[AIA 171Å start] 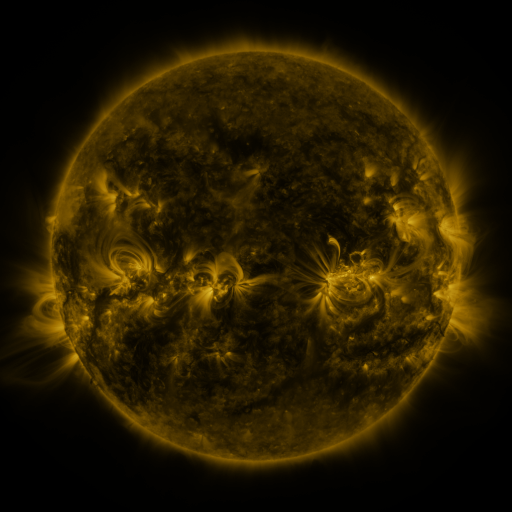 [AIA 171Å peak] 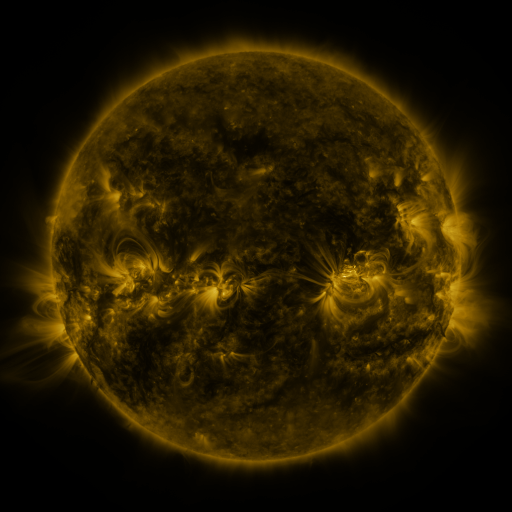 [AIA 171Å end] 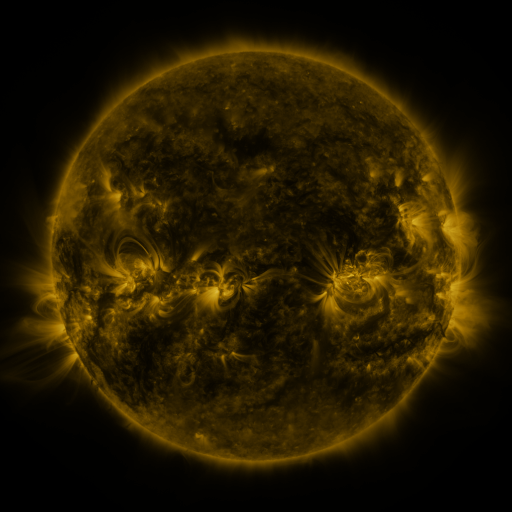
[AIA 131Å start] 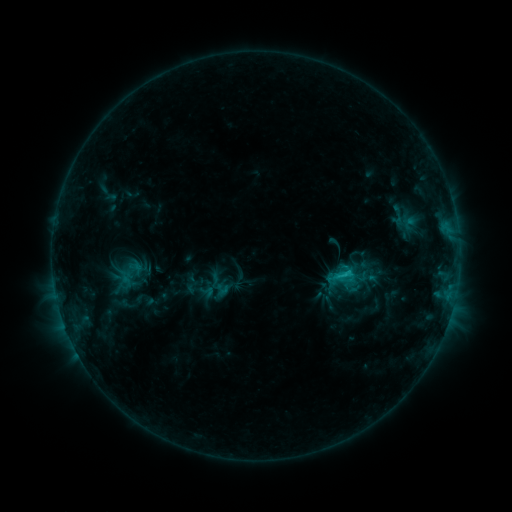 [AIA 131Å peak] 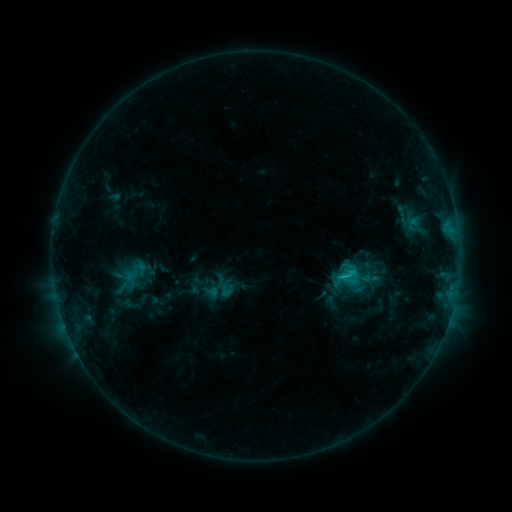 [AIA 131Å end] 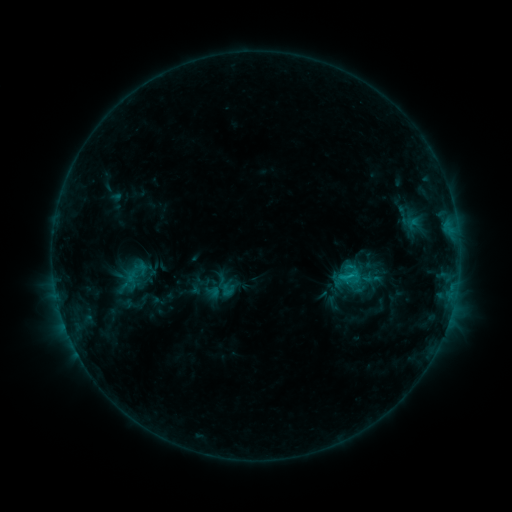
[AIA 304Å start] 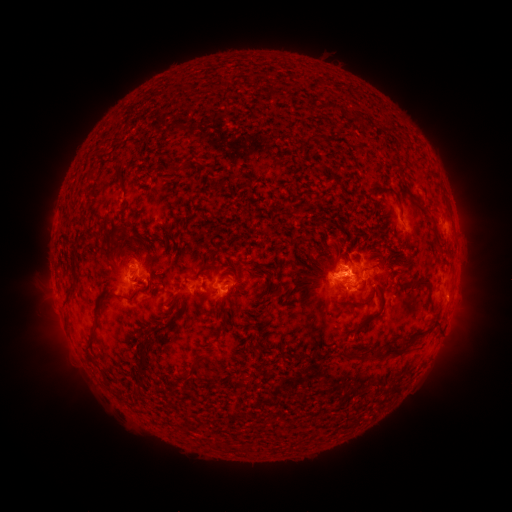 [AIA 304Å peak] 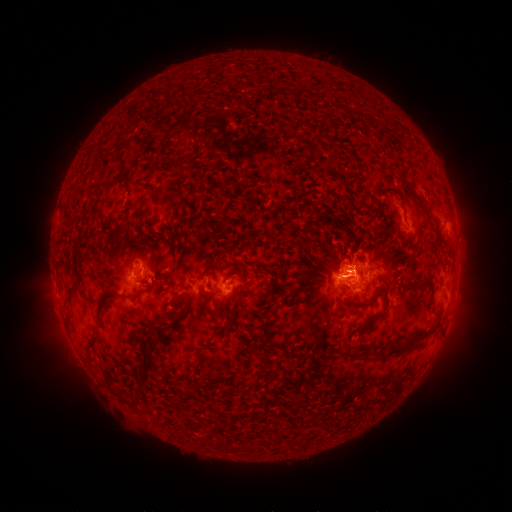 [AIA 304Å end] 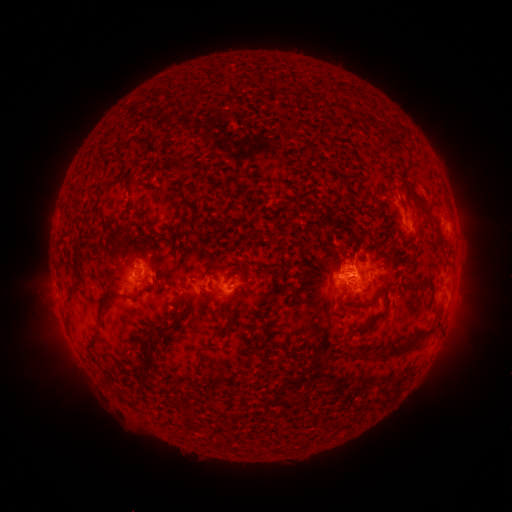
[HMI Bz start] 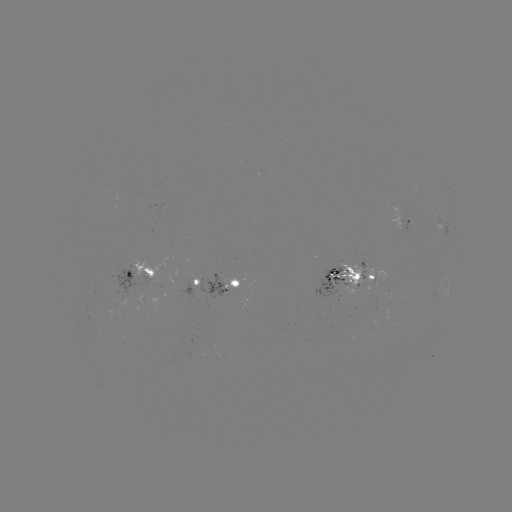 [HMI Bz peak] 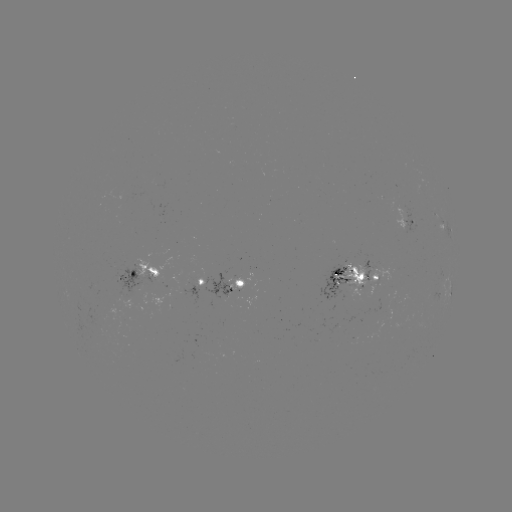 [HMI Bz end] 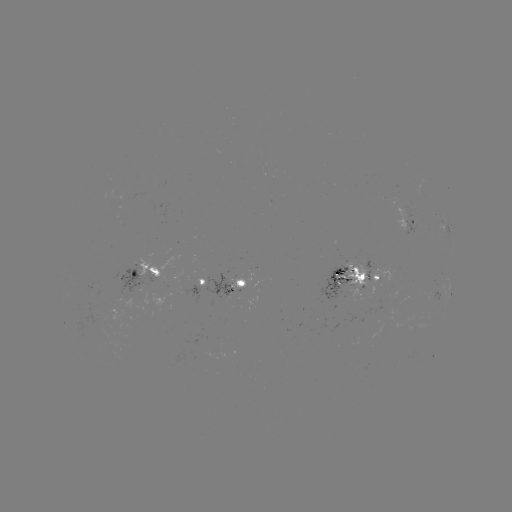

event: emerging-flux region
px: (147, 288)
